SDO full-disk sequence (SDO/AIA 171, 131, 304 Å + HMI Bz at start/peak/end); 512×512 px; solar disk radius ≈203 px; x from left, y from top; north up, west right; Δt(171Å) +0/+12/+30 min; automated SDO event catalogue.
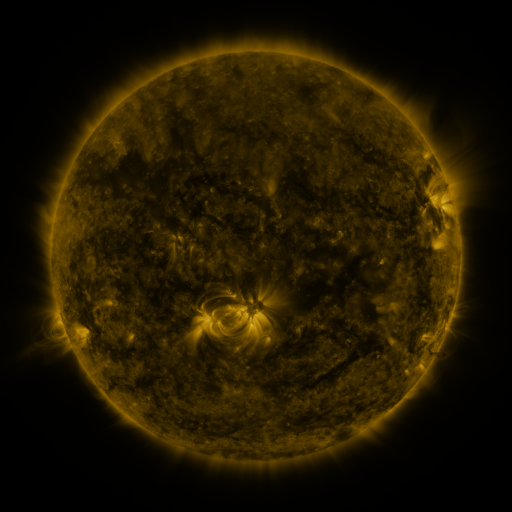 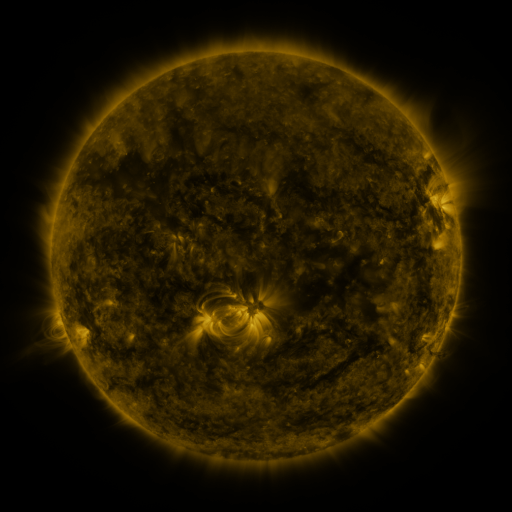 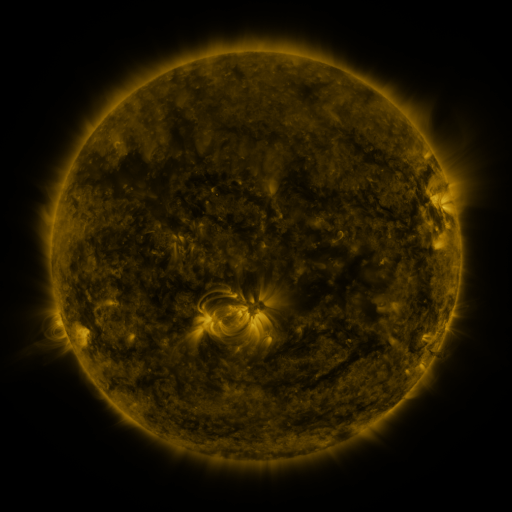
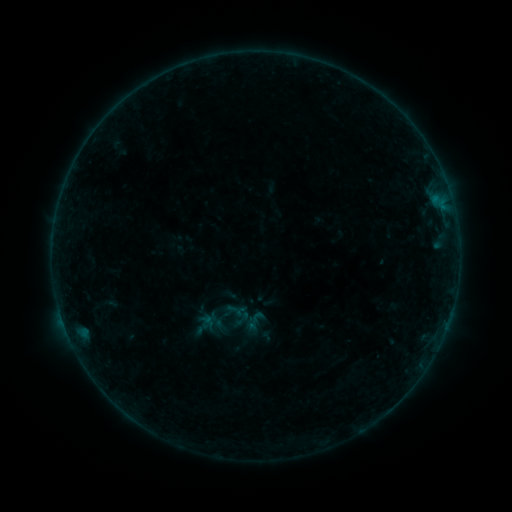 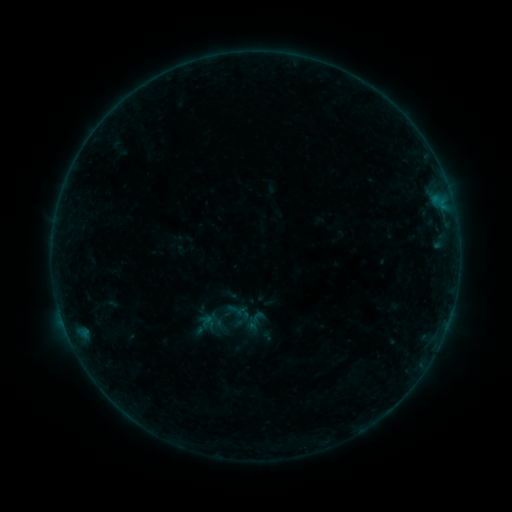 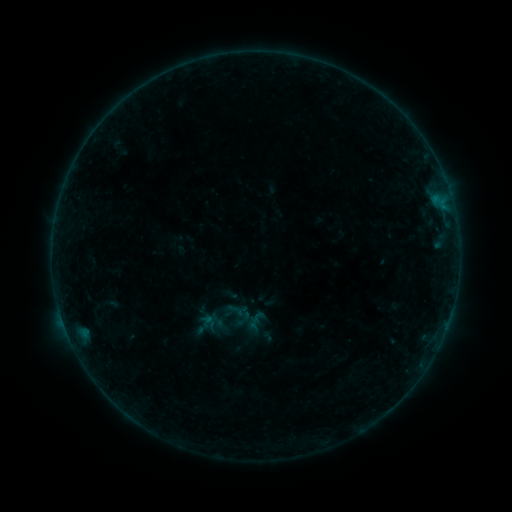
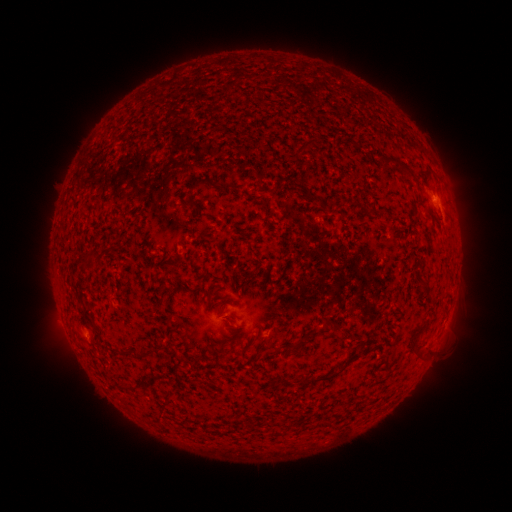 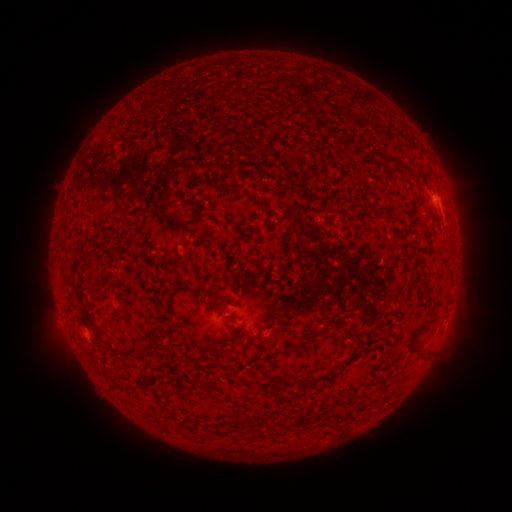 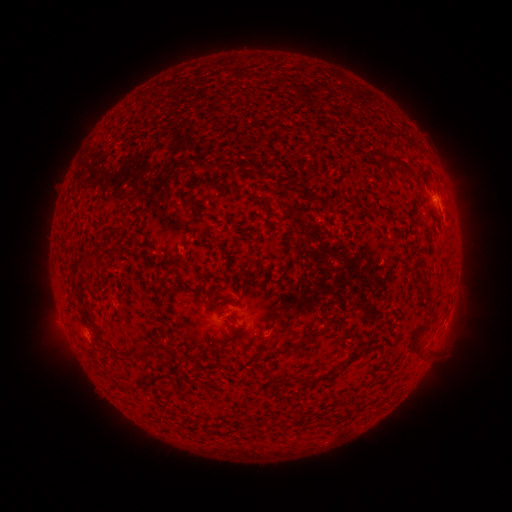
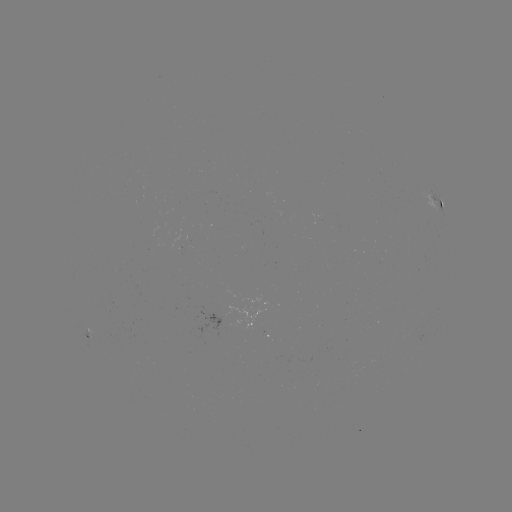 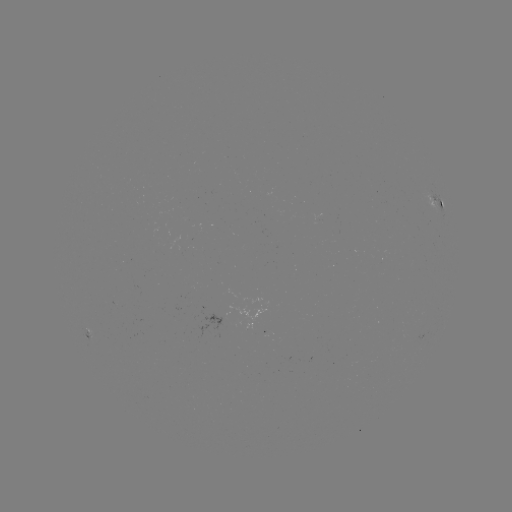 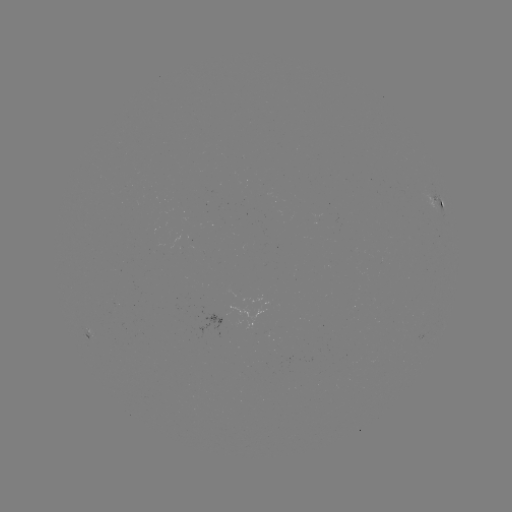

no flare in any classed list; no EUV-trigger detection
